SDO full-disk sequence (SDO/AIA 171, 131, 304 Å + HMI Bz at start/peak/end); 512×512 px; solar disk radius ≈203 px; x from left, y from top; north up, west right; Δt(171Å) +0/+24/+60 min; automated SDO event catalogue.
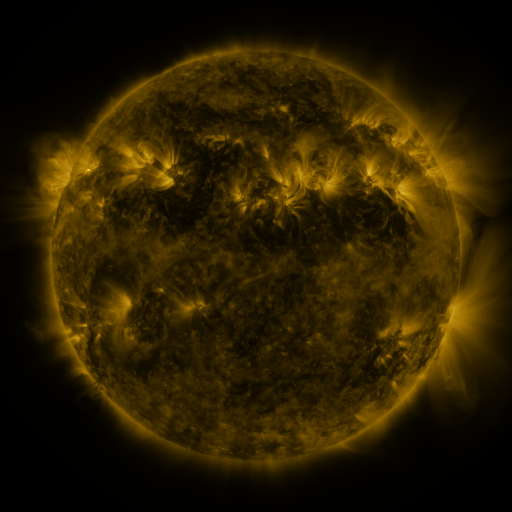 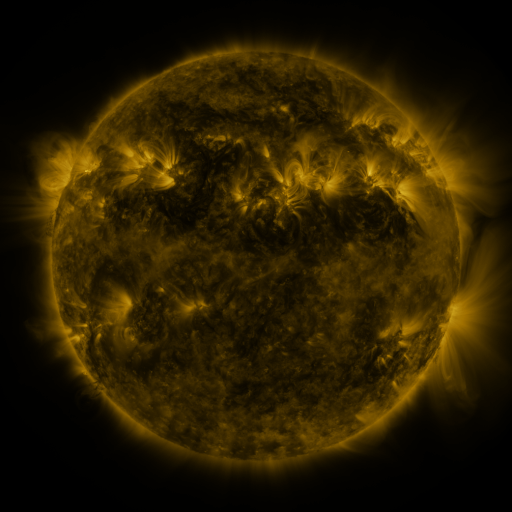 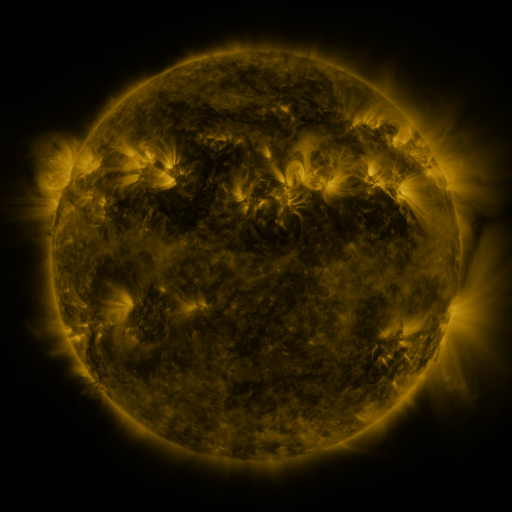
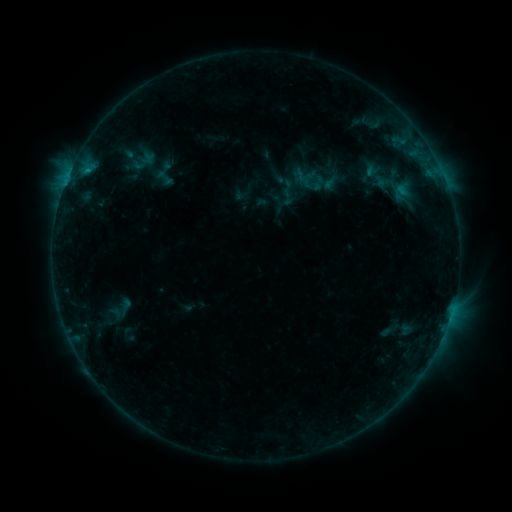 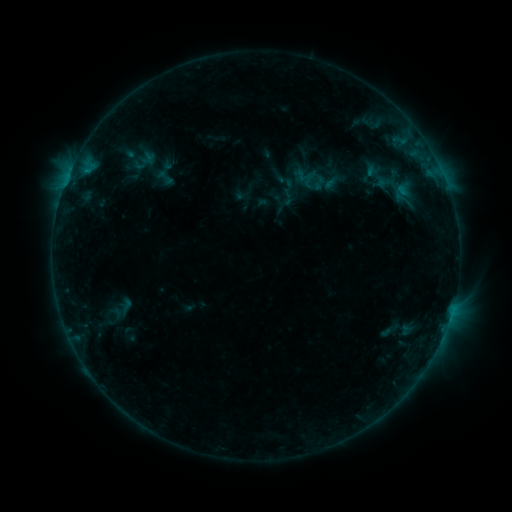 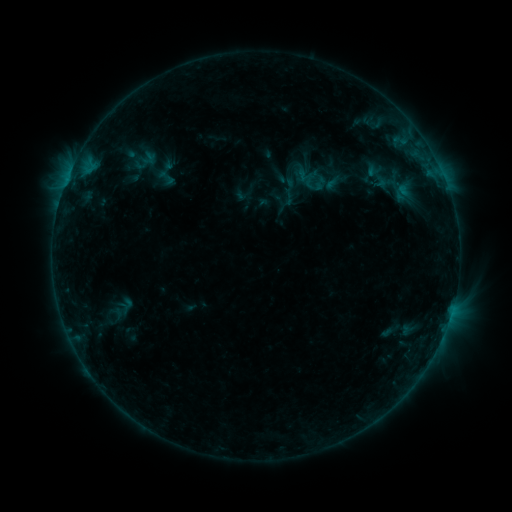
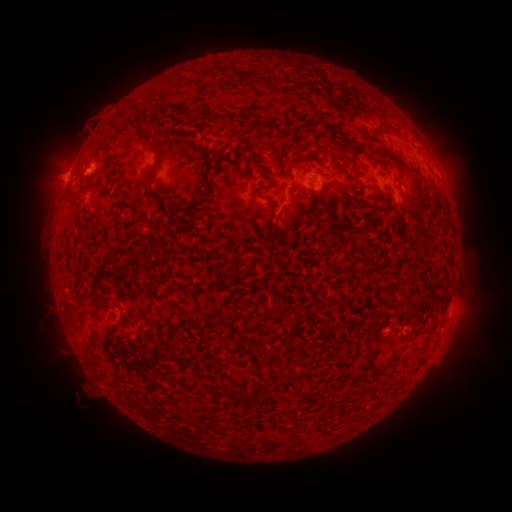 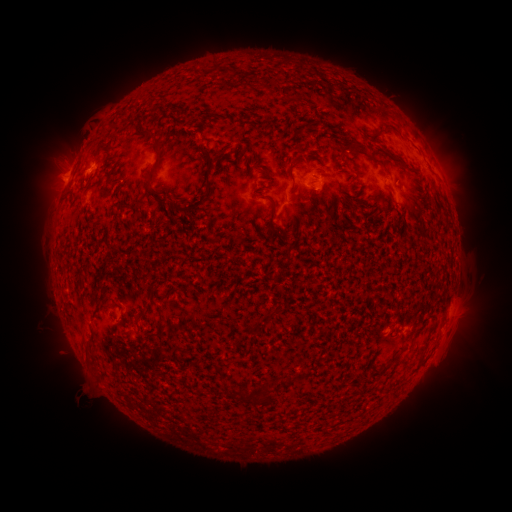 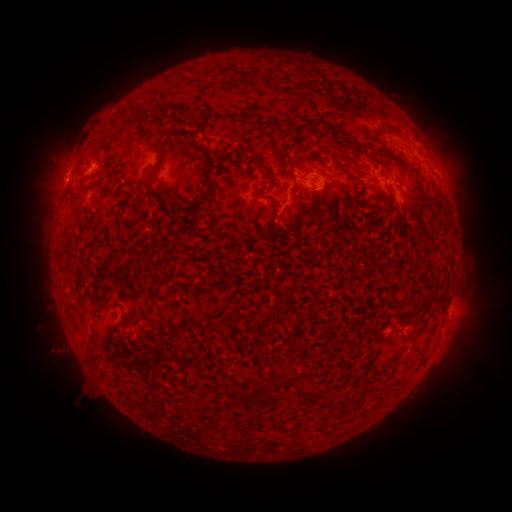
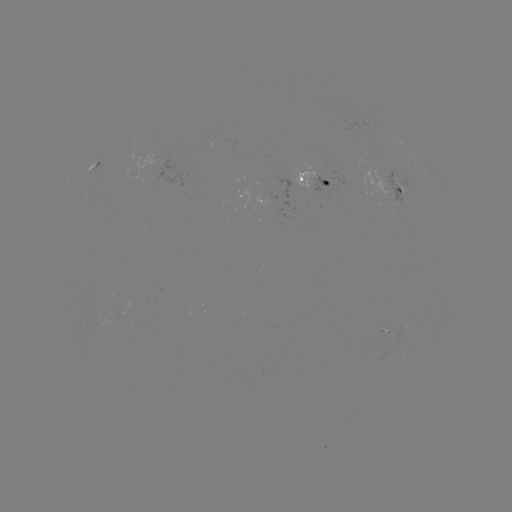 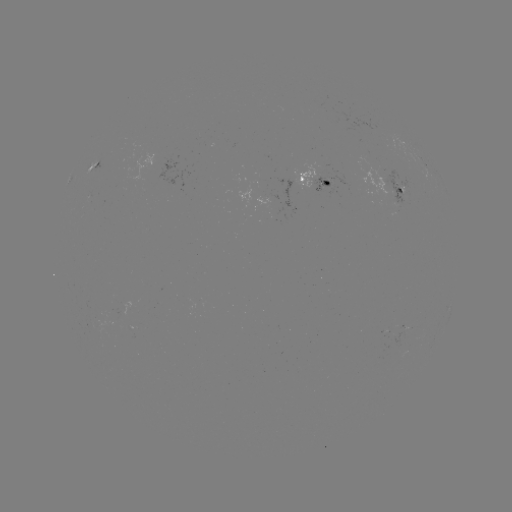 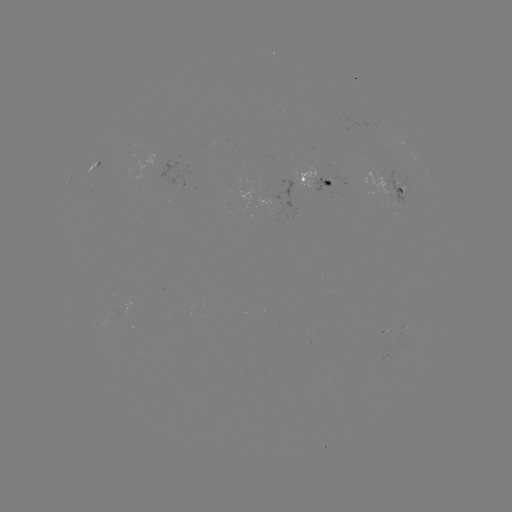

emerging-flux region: (255, 195, 271, 204)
